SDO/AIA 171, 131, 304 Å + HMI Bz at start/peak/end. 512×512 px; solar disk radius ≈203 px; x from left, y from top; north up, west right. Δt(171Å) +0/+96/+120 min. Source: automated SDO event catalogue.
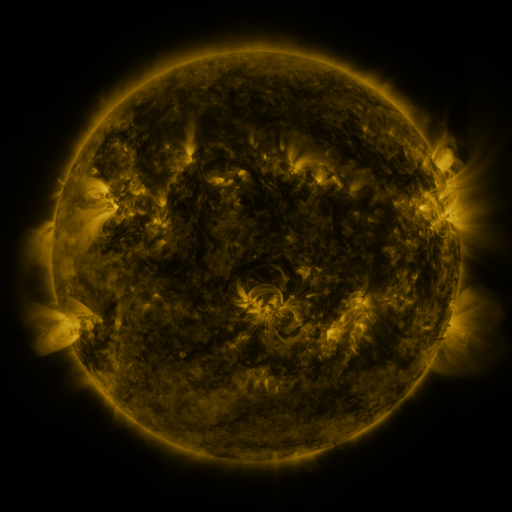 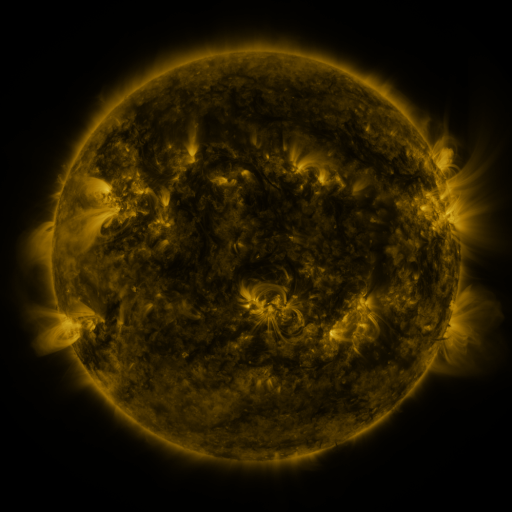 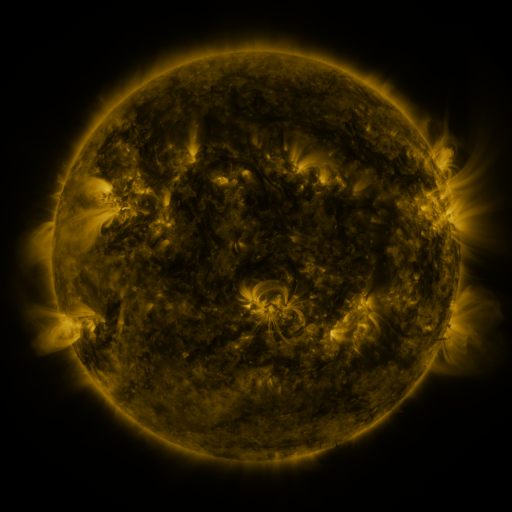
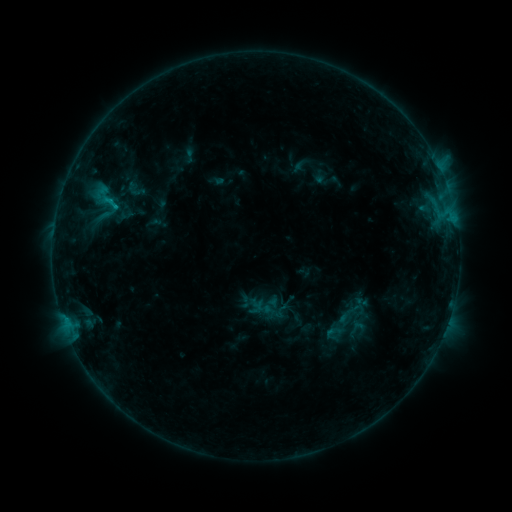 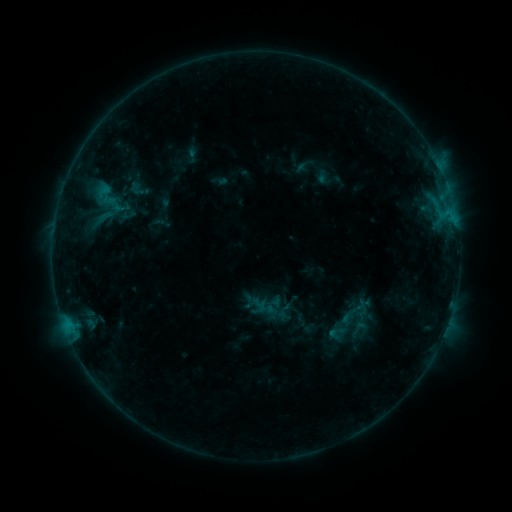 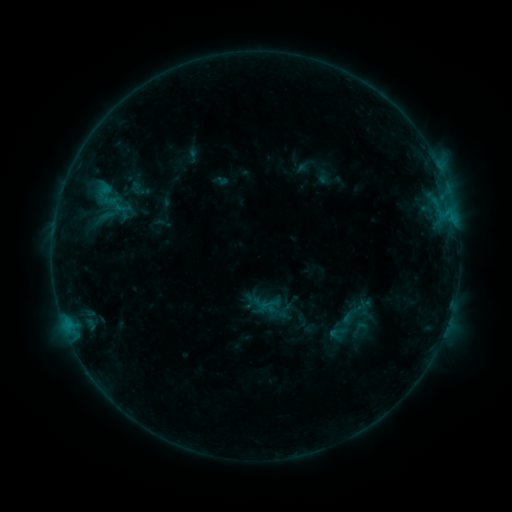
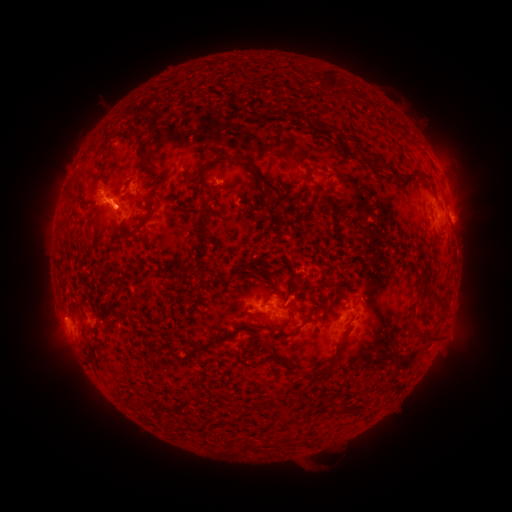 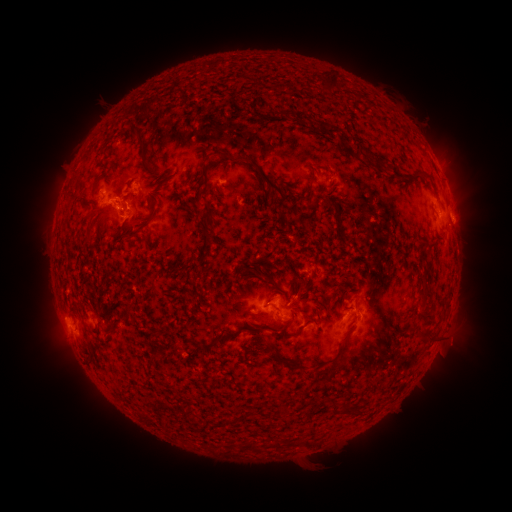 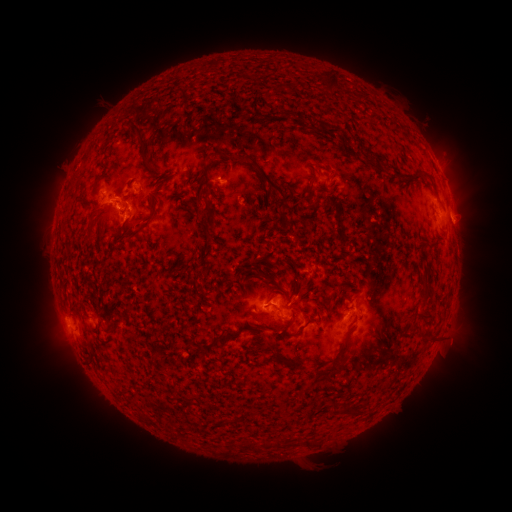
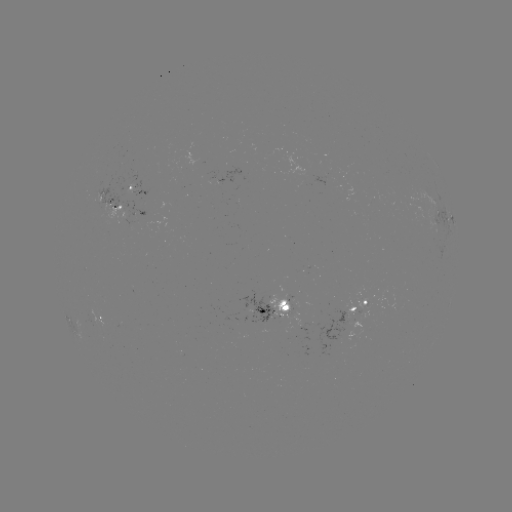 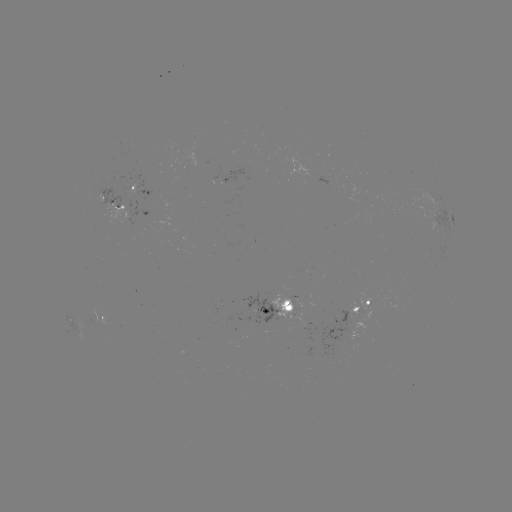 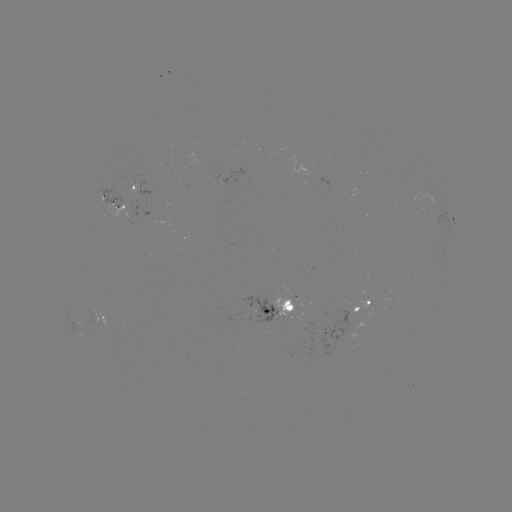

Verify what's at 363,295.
emerging-flux region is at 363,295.